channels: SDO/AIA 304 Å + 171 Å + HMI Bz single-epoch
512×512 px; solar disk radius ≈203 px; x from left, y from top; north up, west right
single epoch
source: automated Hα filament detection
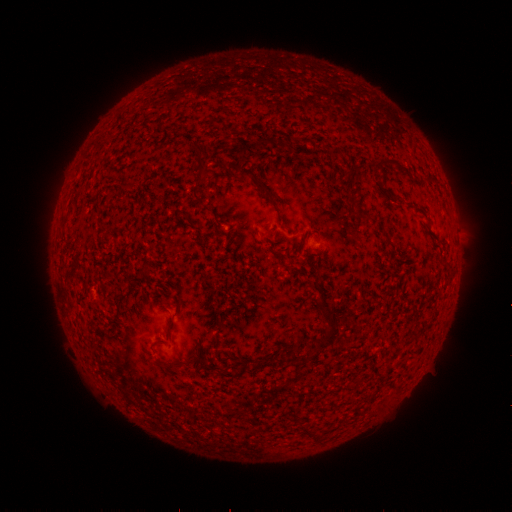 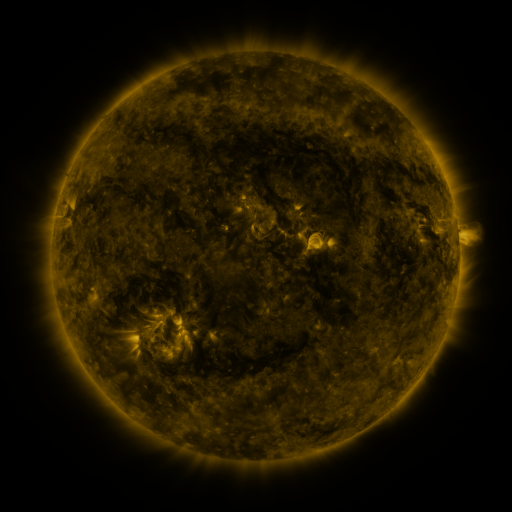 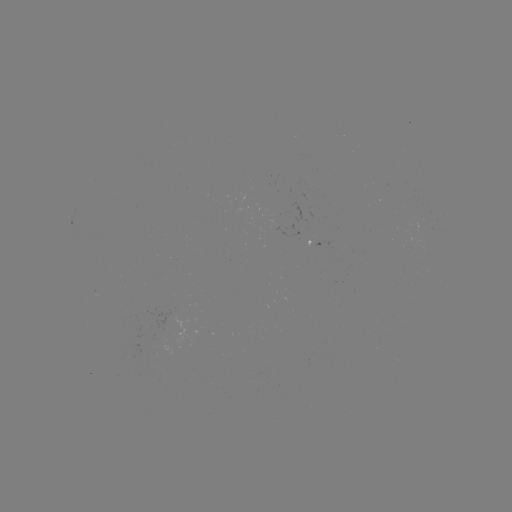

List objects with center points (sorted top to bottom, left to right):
filament: (263, 144)
filament: (334, 153)
filament: (390, 161)
filament: (201, 171)
filament: (346, 173)
filament: (258, 181)
filament: (126, 186)
filament: (195, 196)
filament: (365, 213)
filament: (324, 301)
filament: (332, 332)
filament: (295, 357)
filament: (229, 374)
filament: (307, 430)
